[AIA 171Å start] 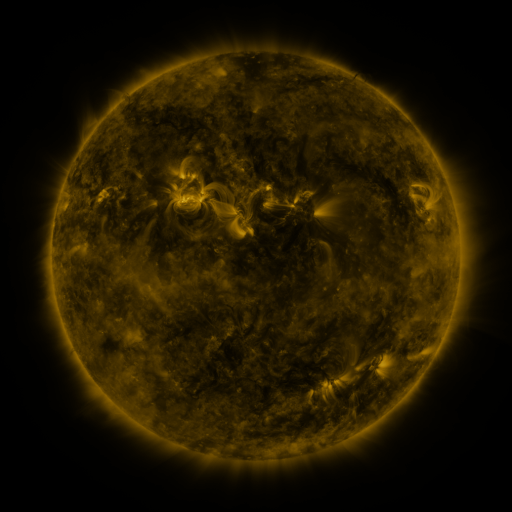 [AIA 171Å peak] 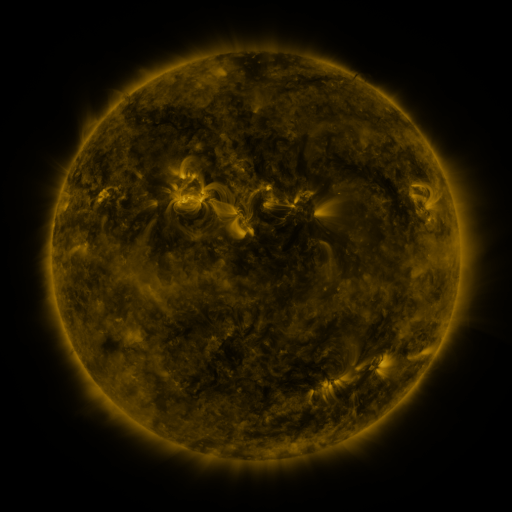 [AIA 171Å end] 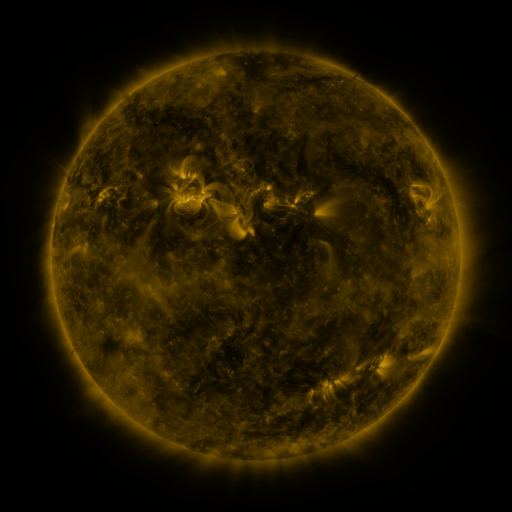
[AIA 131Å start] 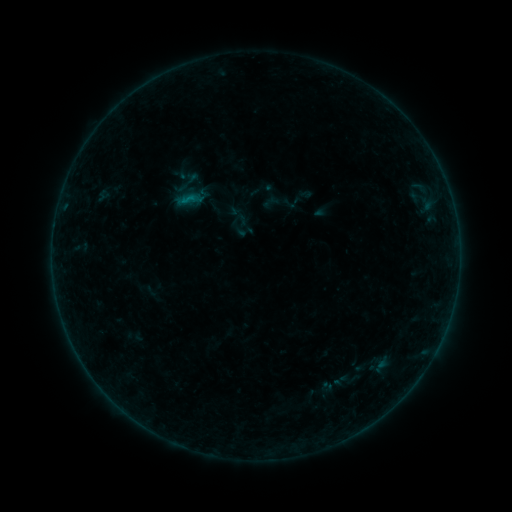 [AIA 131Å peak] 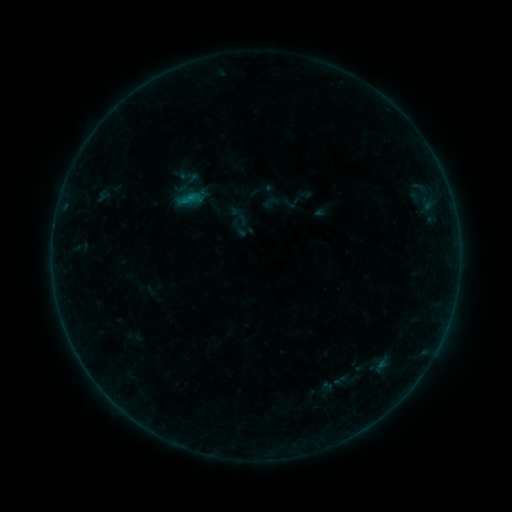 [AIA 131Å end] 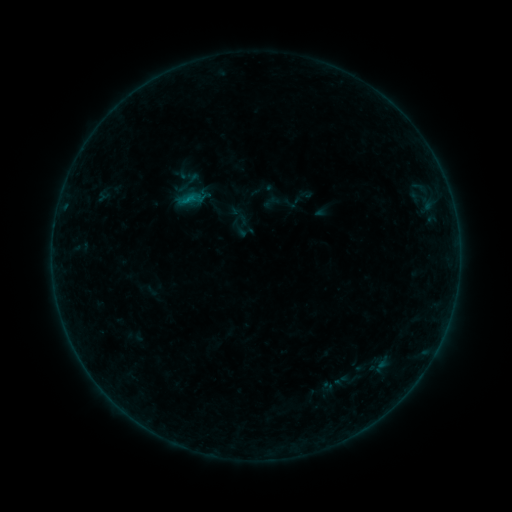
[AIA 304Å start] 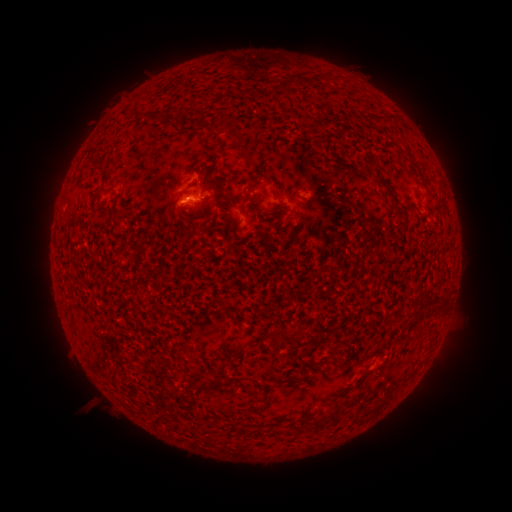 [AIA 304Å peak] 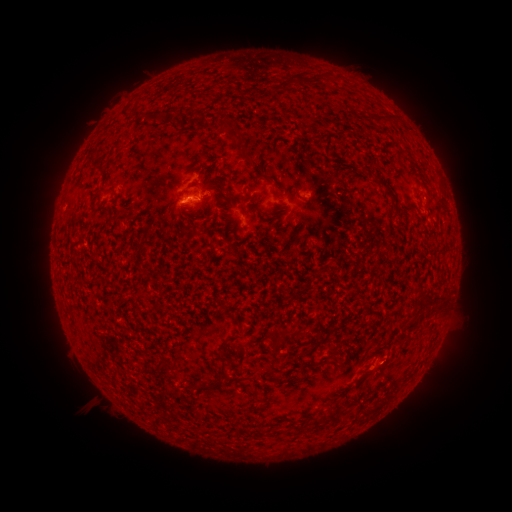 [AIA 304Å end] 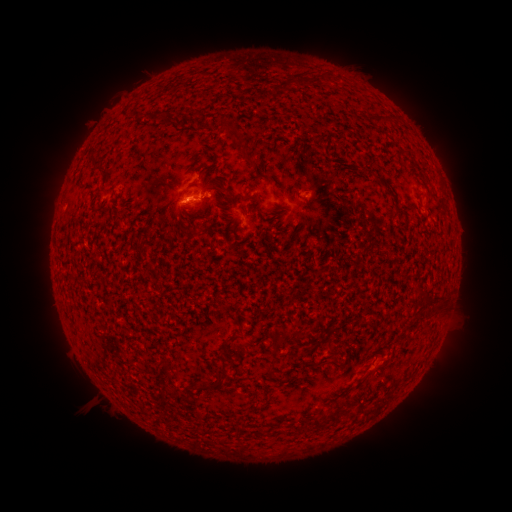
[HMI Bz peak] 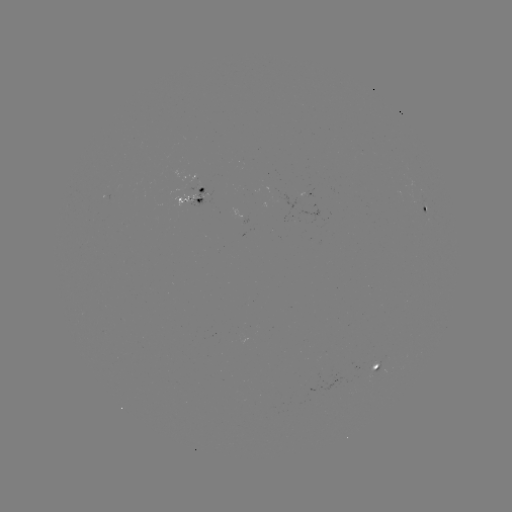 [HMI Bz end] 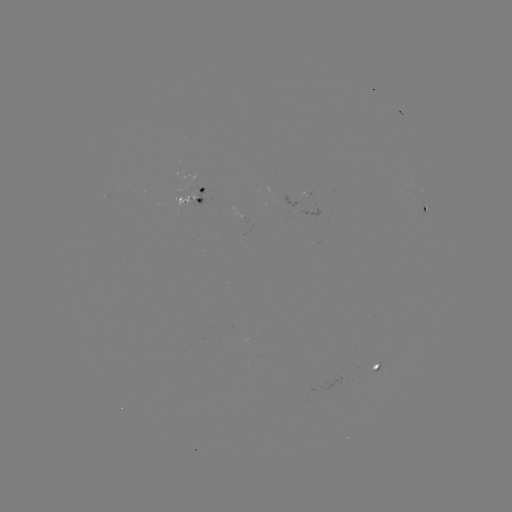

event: flare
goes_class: B2.4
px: (190, 202)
